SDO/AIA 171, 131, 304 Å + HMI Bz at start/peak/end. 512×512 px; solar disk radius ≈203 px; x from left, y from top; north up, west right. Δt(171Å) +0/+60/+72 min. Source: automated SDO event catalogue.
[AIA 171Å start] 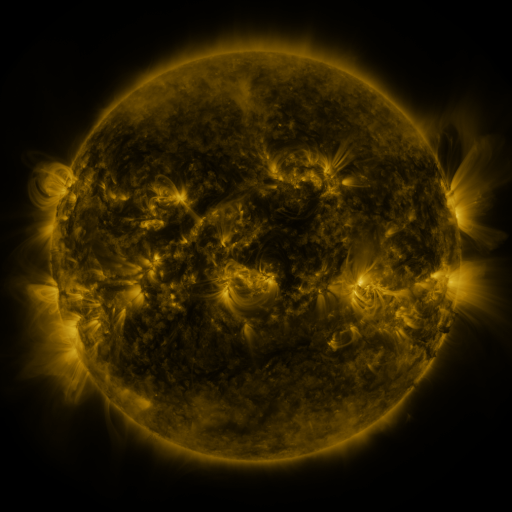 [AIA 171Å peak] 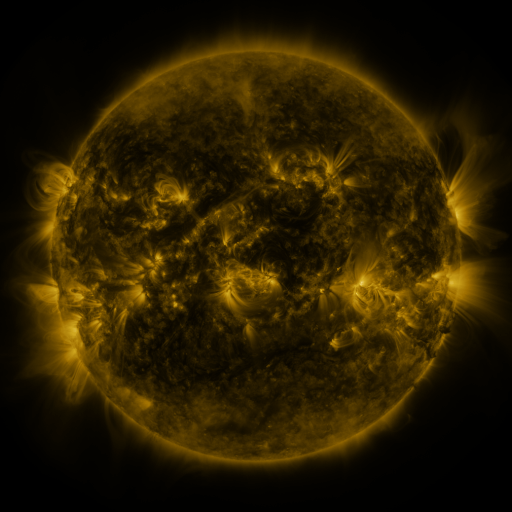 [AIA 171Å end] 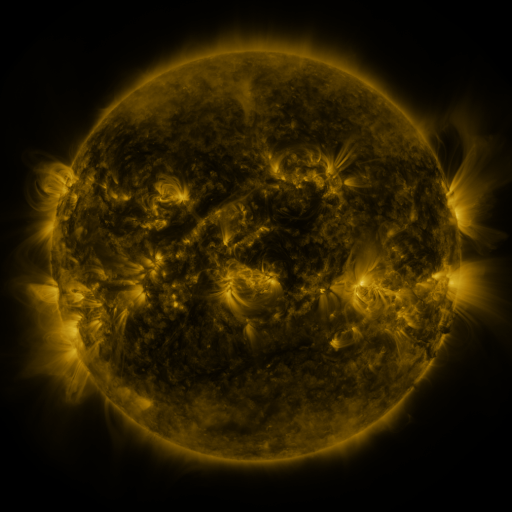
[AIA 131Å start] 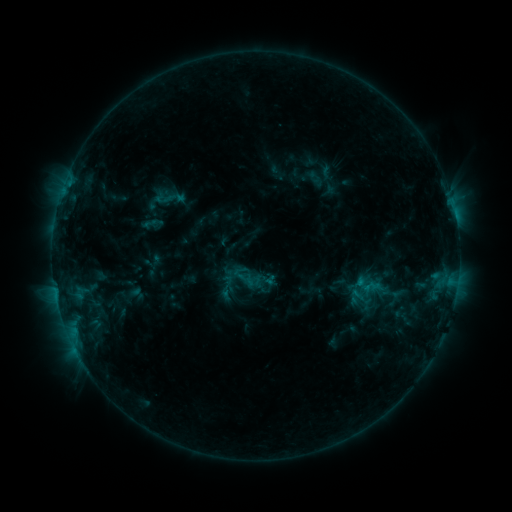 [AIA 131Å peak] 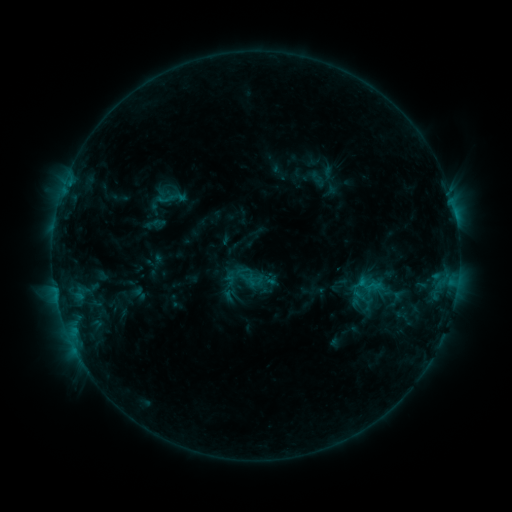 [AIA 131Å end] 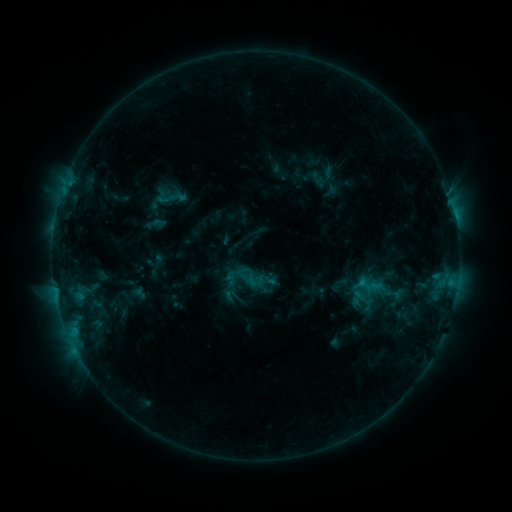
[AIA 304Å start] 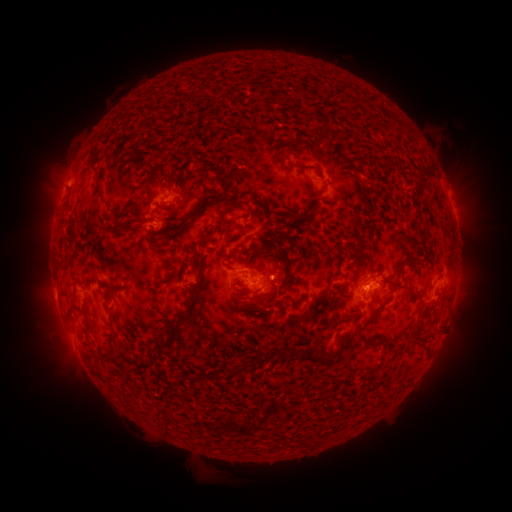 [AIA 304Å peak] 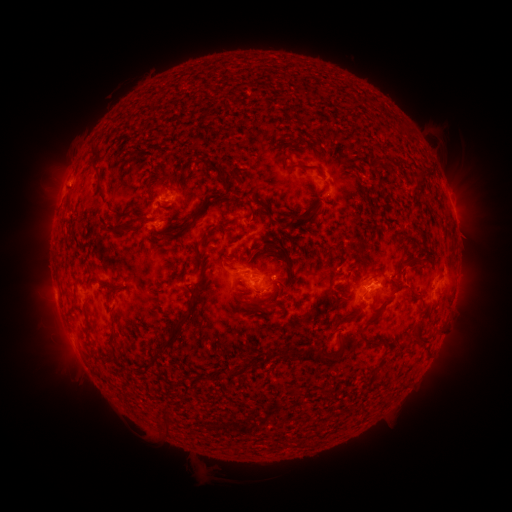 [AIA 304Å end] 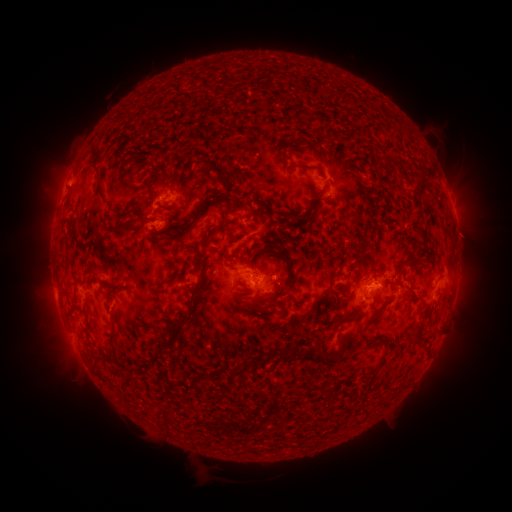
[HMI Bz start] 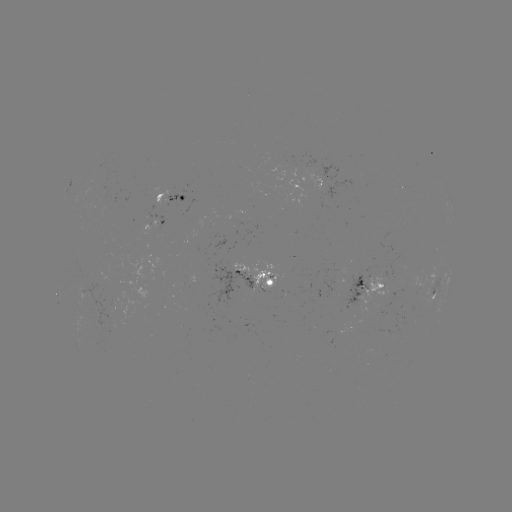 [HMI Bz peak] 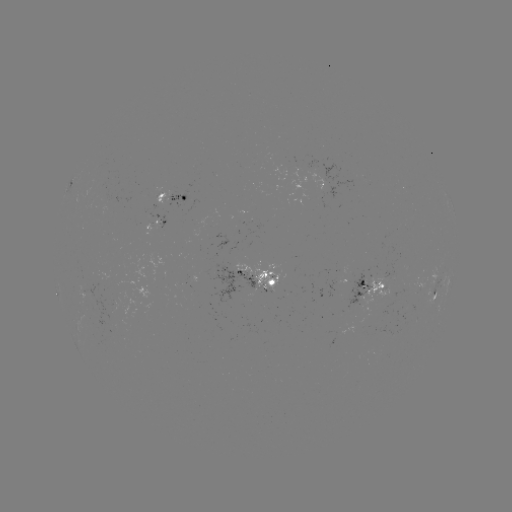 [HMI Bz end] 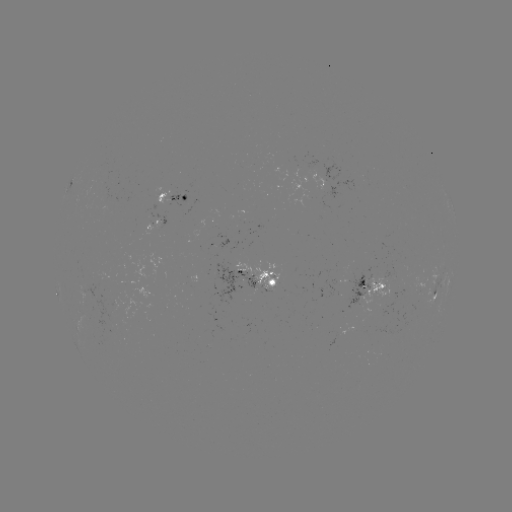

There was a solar emerging-flux region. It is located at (267, 284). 